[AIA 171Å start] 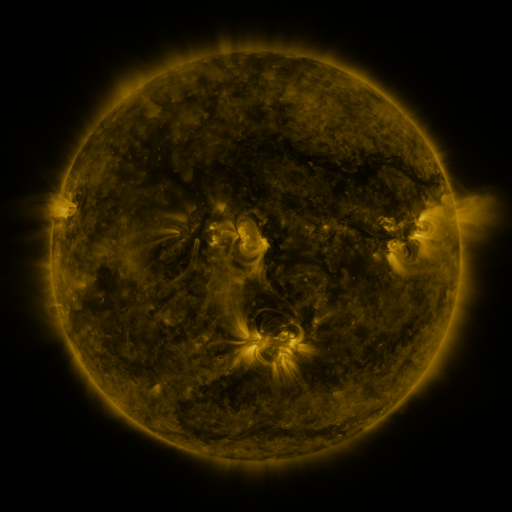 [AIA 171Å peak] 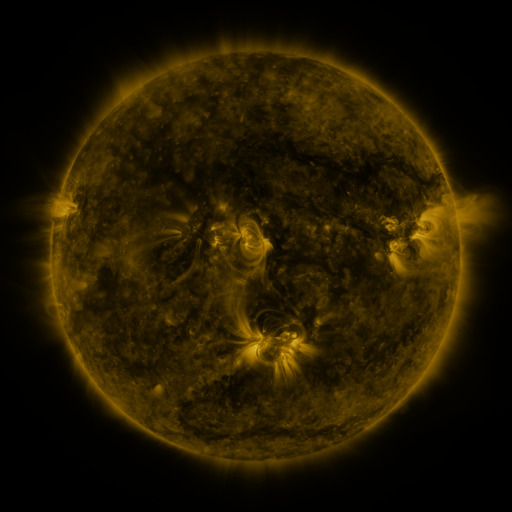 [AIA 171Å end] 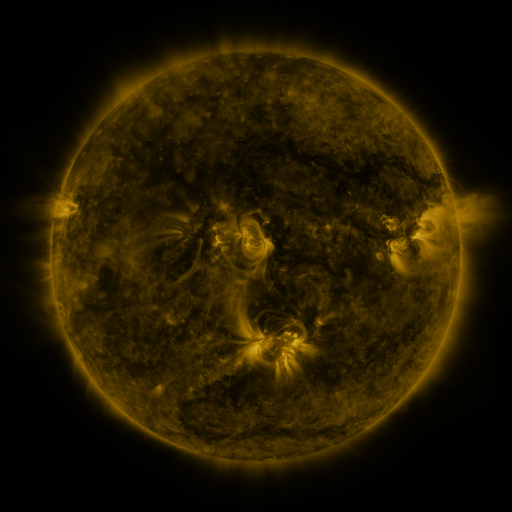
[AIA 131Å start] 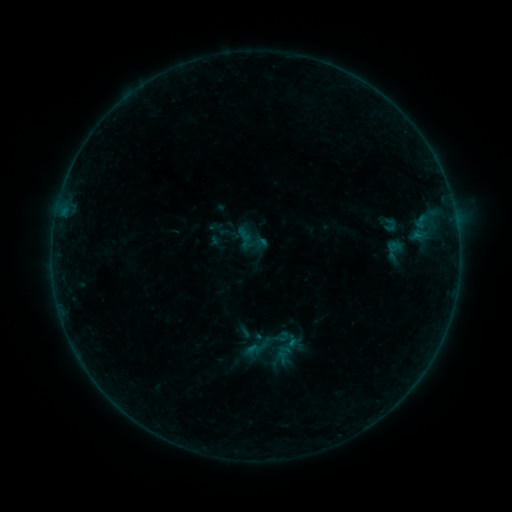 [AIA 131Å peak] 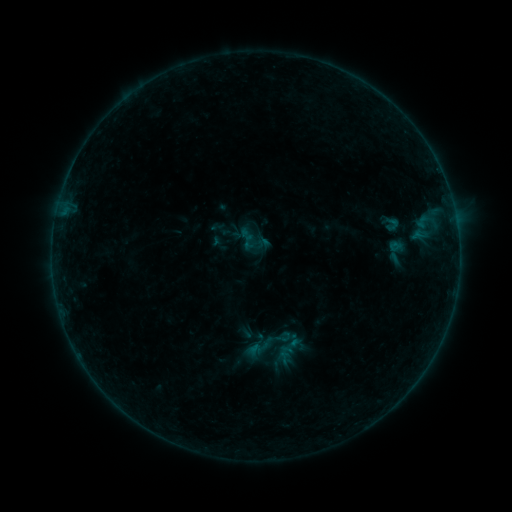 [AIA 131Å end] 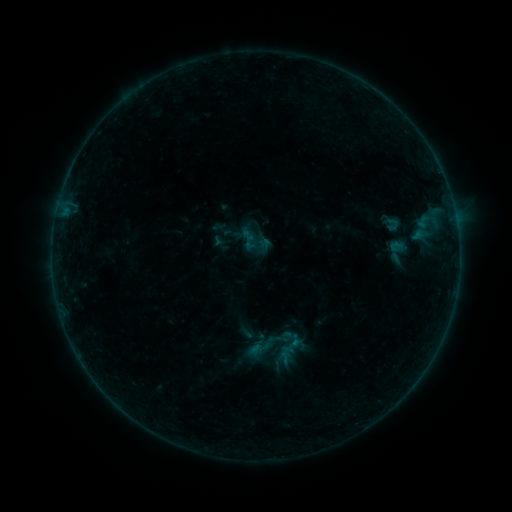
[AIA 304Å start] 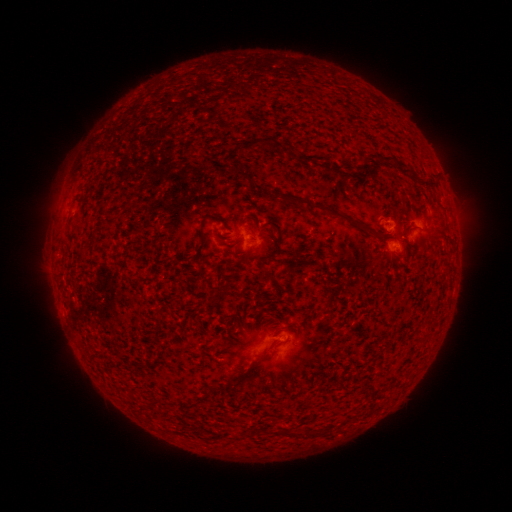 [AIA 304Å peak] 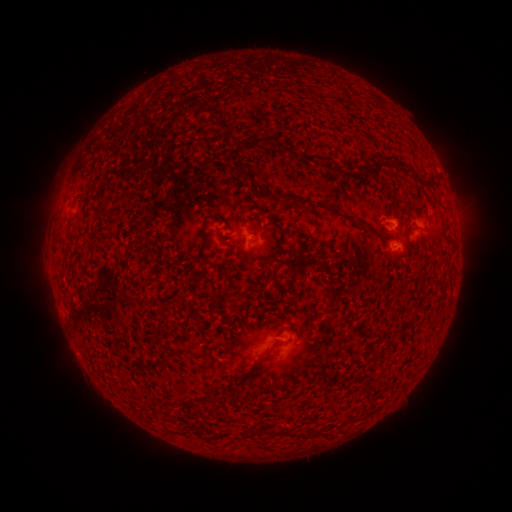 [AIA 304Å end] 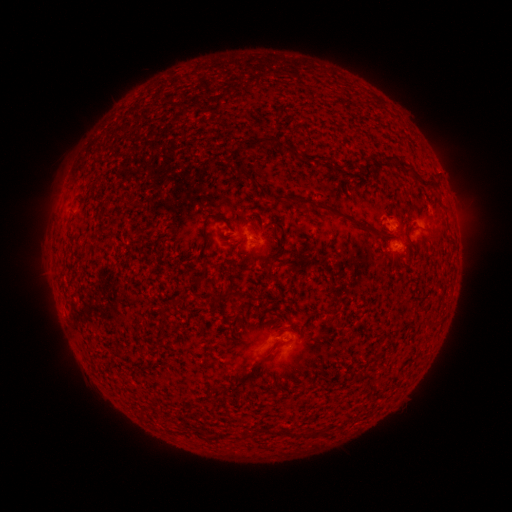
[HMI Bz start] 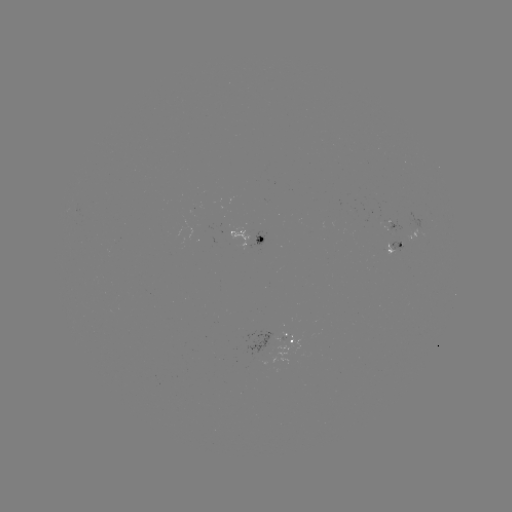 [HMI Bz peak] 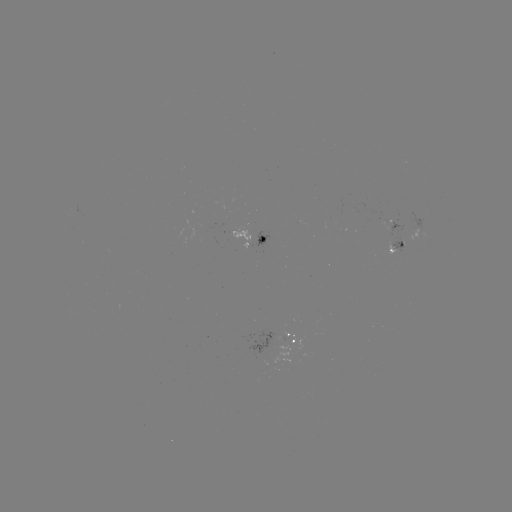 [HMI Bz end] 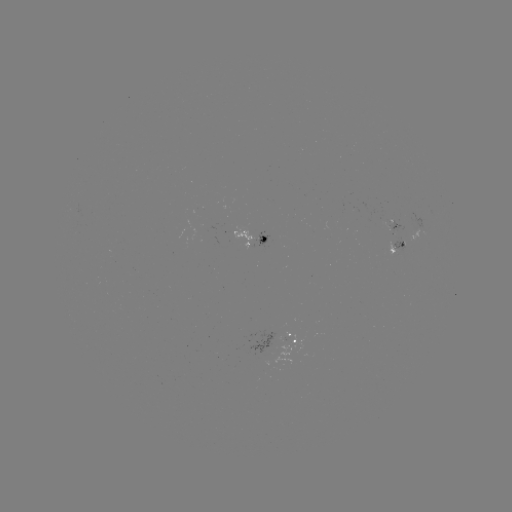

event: emerging-flux region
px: (389, 224)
